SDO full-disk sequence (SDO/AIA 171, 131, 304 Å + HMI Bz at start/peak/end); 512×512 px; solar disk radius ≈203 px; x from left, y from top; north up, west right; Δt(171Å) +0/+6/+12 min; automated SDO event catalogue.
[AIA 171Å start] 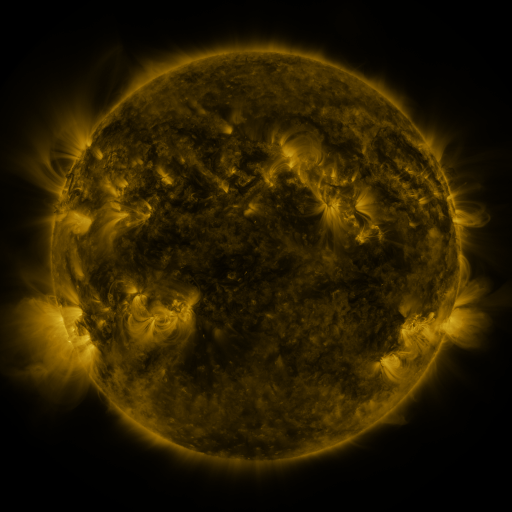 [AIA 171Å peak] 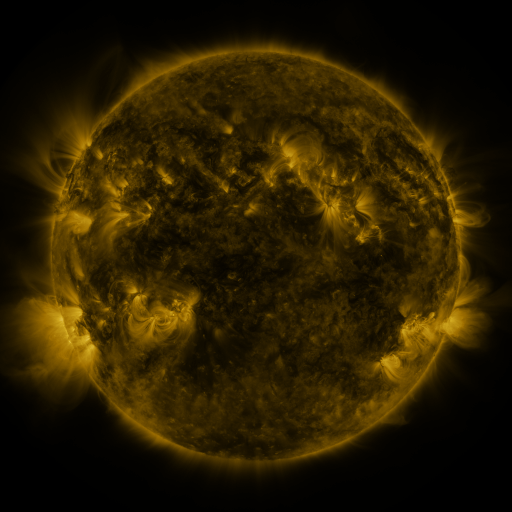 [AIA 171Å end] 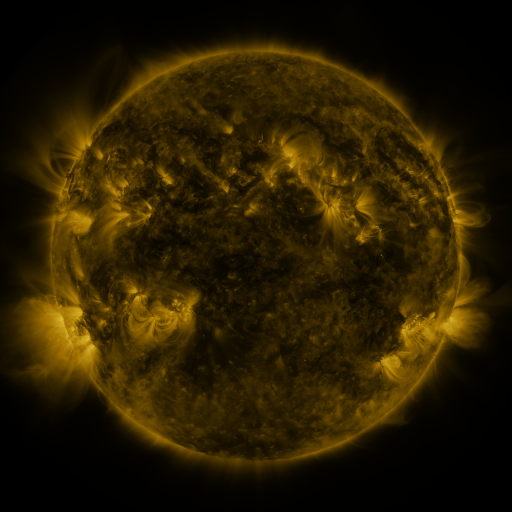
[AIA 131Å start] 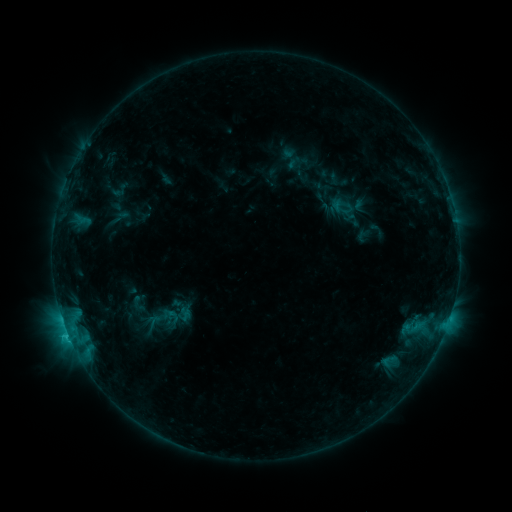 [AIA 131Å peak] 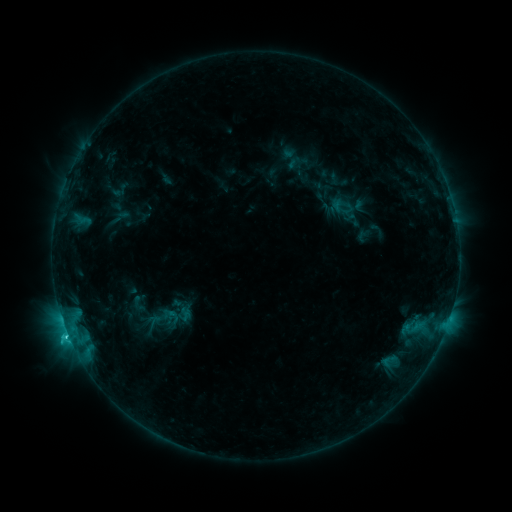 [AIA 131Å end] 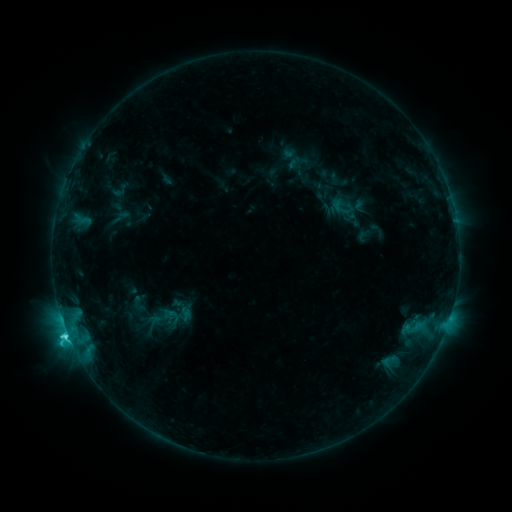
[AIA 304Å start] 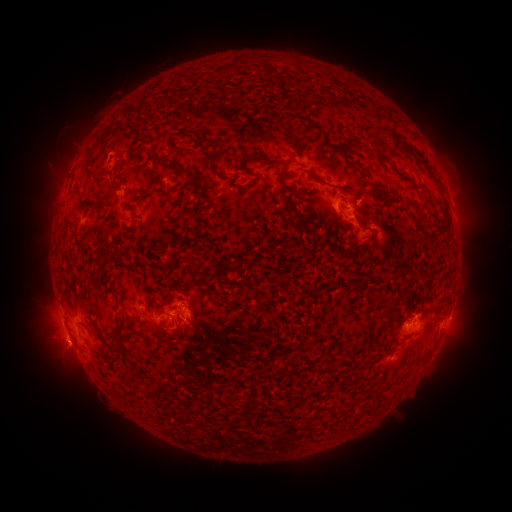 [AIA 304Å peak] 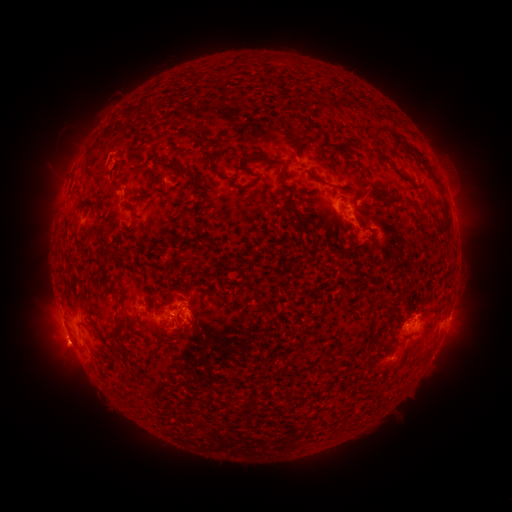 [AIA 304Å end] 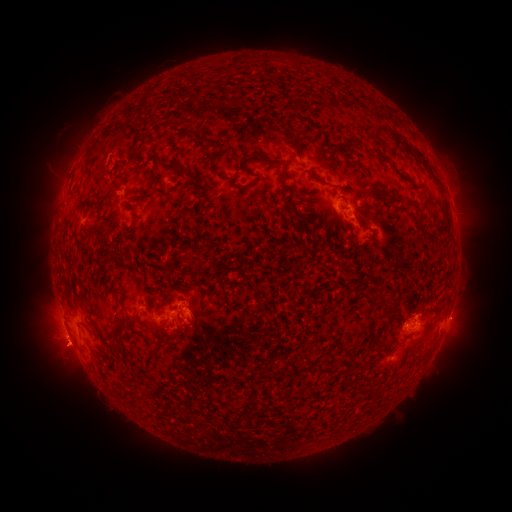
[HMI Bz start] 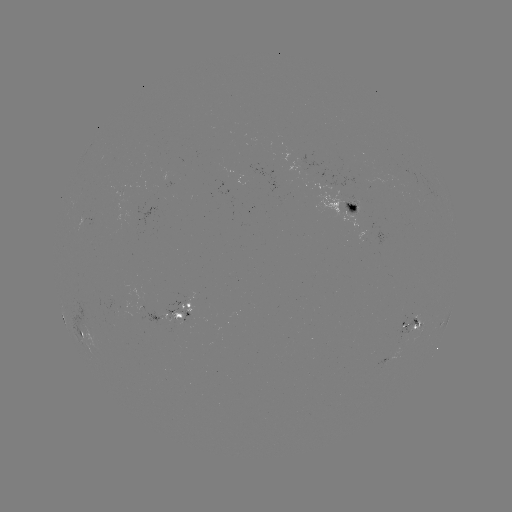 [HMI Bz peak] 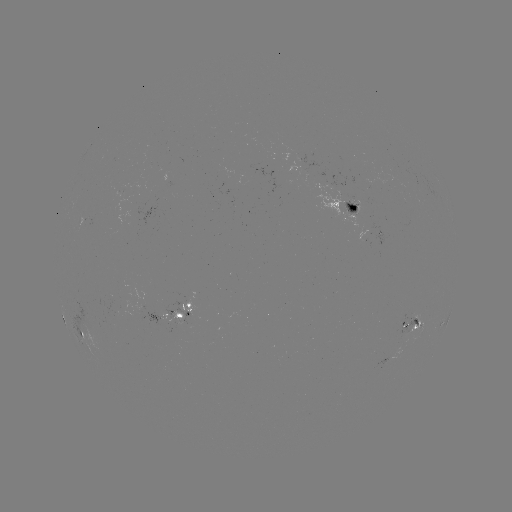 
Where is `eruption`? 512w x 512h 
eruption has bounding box [40, 328, 85, 375].